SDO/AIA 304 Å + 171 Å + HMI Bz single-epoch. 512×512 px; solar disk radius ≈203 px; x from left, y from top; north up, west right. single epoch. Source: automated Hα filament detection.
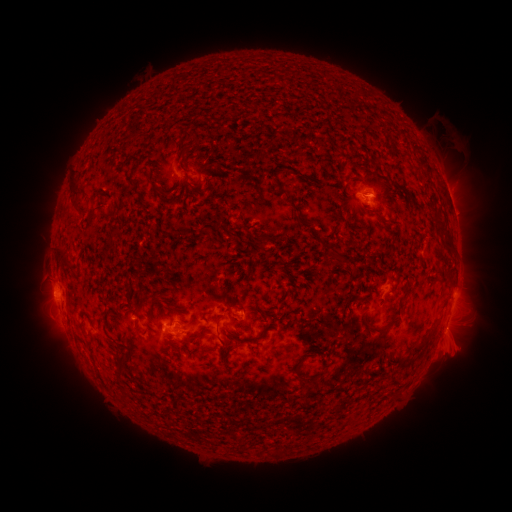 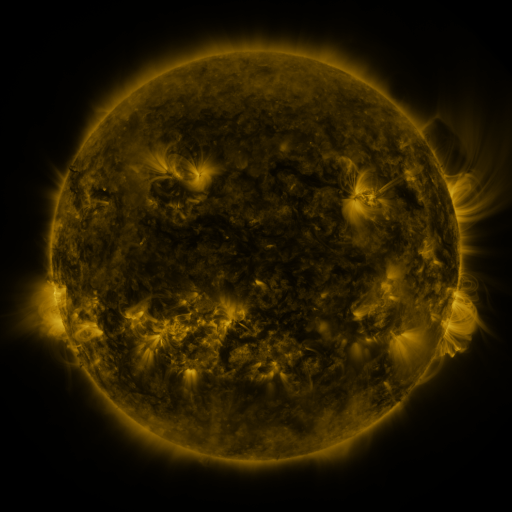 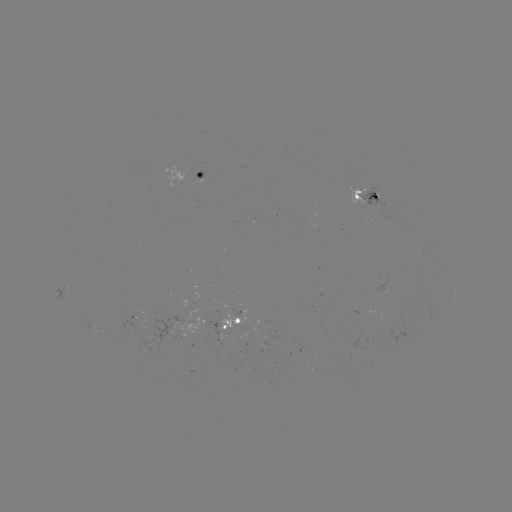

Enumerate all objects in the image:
filament: [174, 144, 185, 156]
filament: [414, 151, 425, 163]
filament: [273, 180, 285, 195]
filament: [67, 181, 80, 214]
filament: [286, 199, 305, 223]
filament: [86, 212, 95, 223]
filament: [433, 214, 442, 223]
filament: [196, 226, 205, 236]
filament: [256, 234, 266, 246]
filament: [443, 234, 453, 245]
filament: [326, 245, 344, 265]
filament: [57, 249, 67, 267]
filament: [369, 322, 382, 330]
filament: [414, 332, 431, 351]
filament: [117, 358, 132, 373]
filament: [400, 358, 410, 365]
filament: [121, 388, 134, 404]
